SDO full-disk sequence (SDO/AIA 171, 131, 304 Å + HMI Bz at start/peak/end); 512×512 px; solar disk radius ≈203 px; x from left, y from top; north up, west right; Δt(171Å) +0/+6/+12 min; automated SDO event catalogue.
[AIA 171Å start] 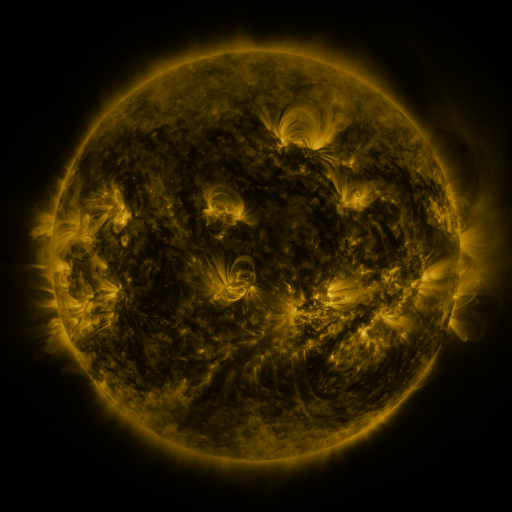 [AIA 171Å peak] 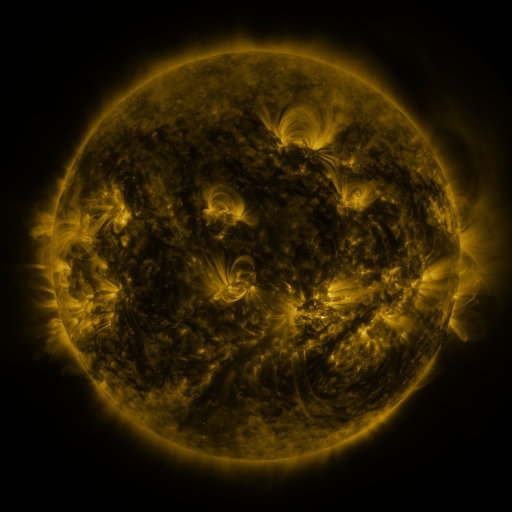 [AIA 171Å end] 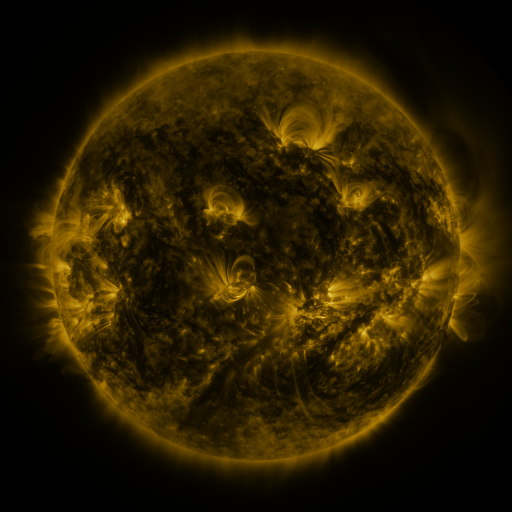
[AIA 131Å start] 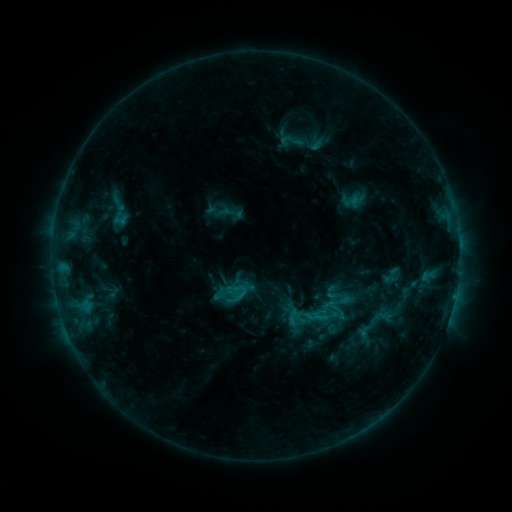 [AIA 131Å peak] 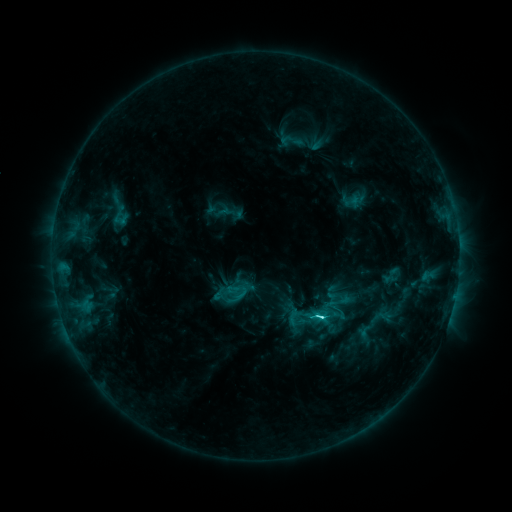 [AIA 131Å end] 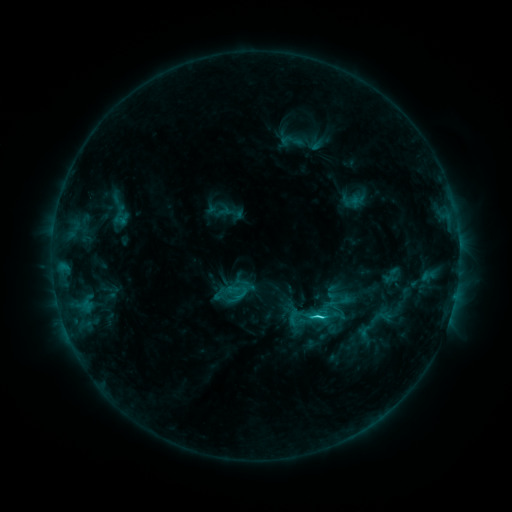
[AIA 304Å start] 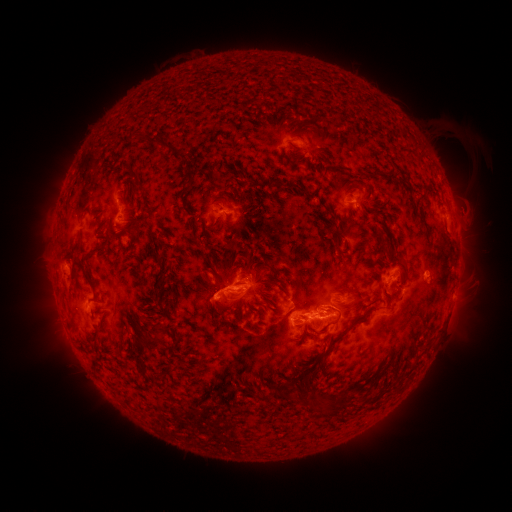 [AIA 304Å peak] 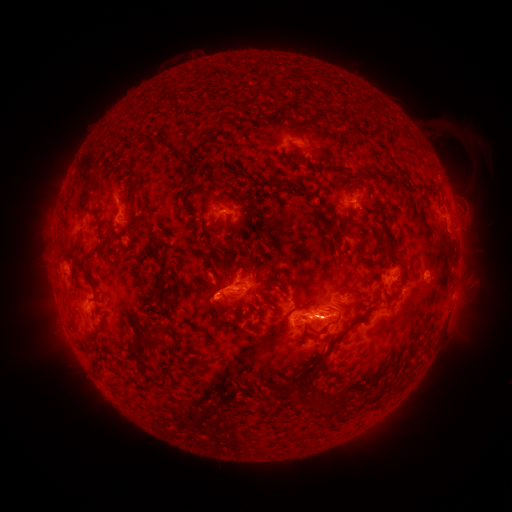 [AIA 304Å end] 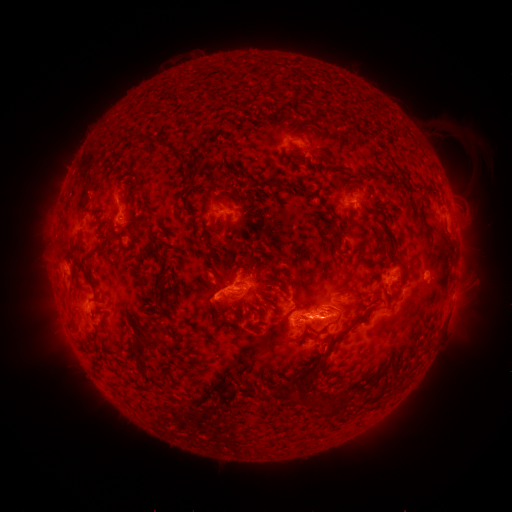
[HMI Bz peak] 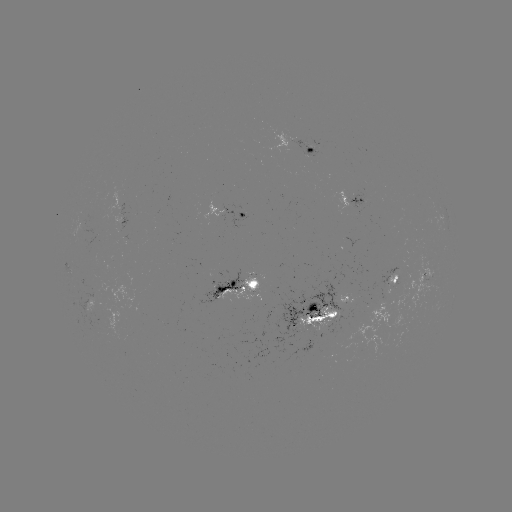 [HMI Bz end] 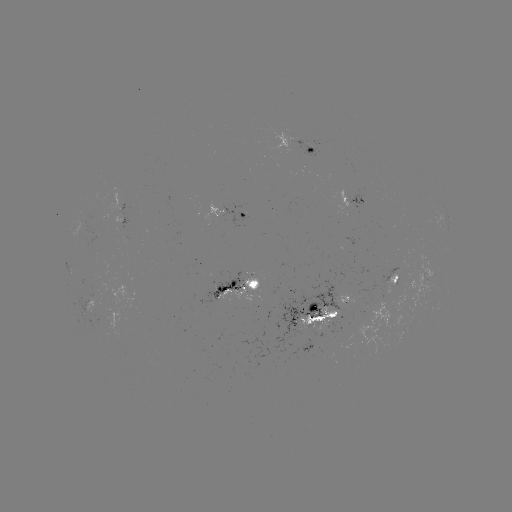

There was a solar flare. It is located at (318, 317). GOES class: C4.2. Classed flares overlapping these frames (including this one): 1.